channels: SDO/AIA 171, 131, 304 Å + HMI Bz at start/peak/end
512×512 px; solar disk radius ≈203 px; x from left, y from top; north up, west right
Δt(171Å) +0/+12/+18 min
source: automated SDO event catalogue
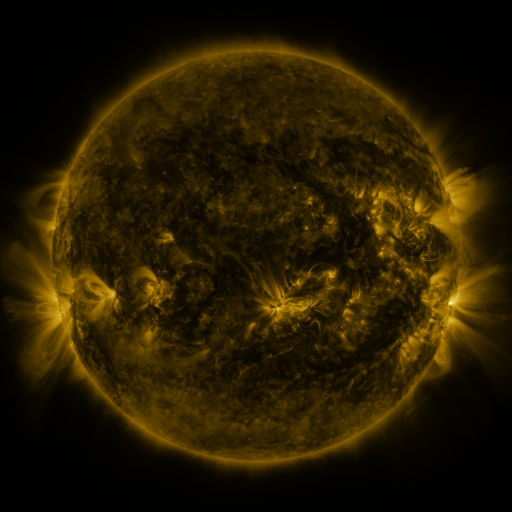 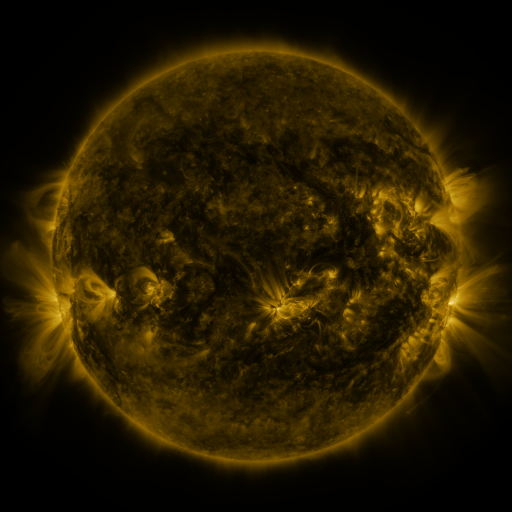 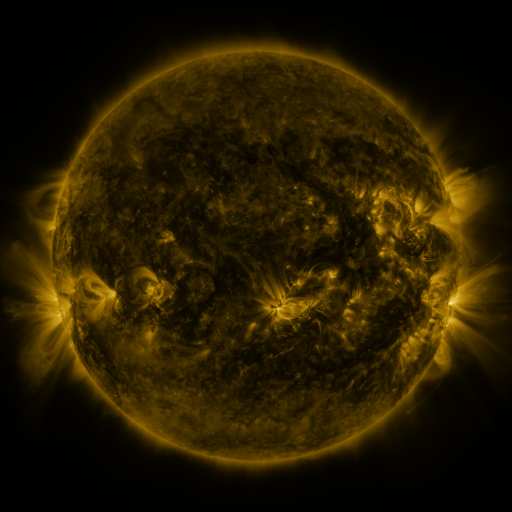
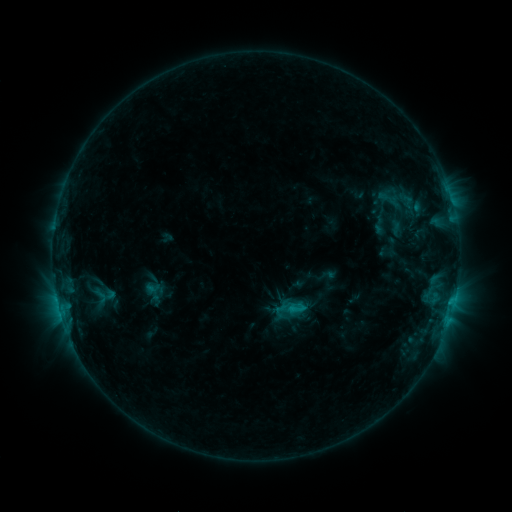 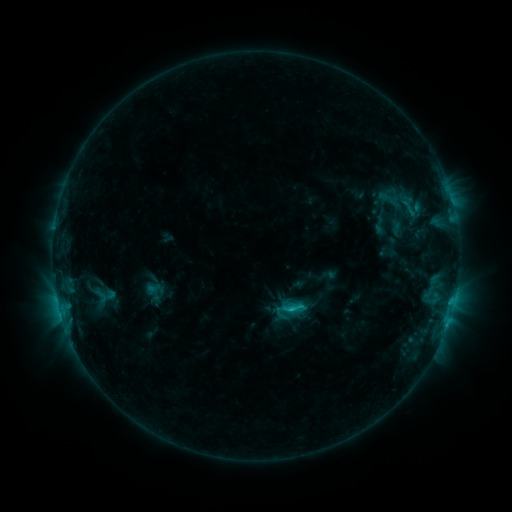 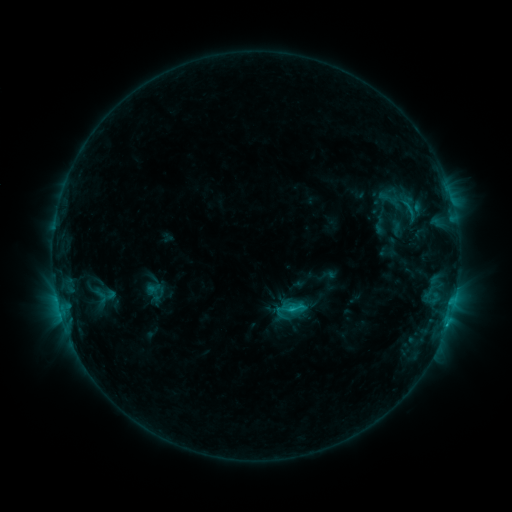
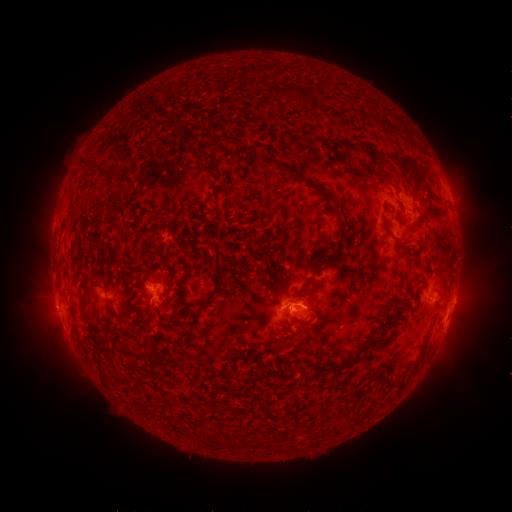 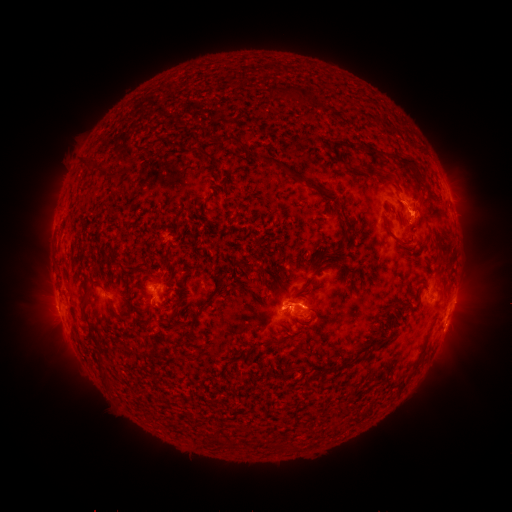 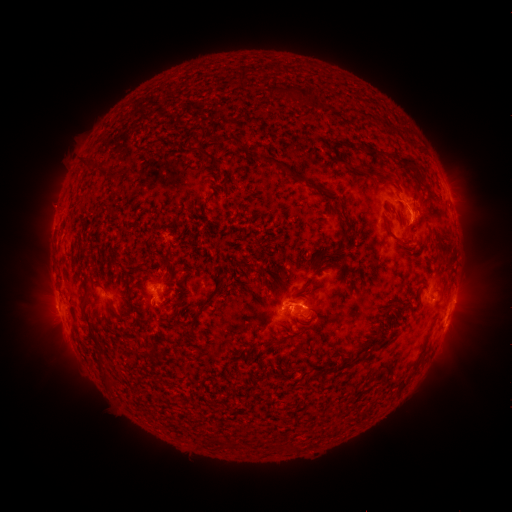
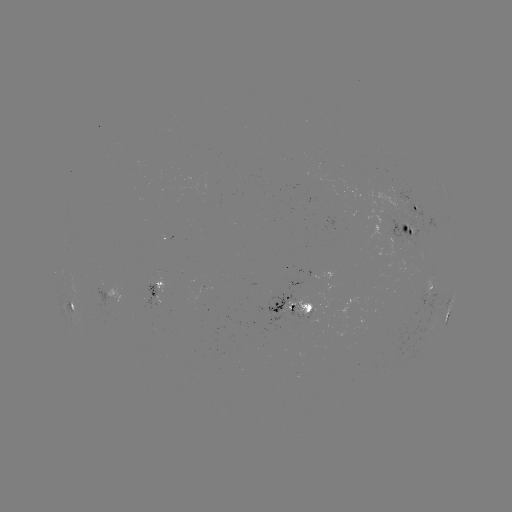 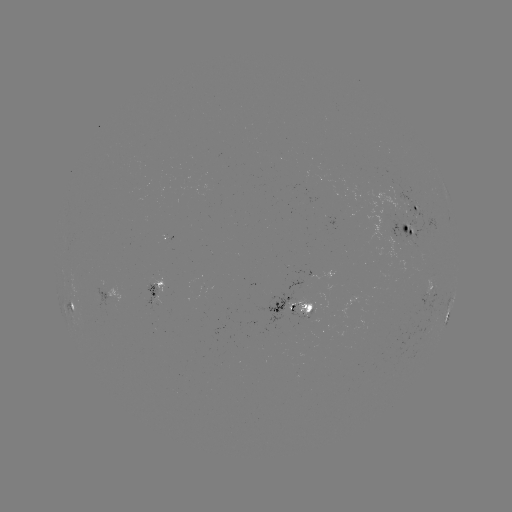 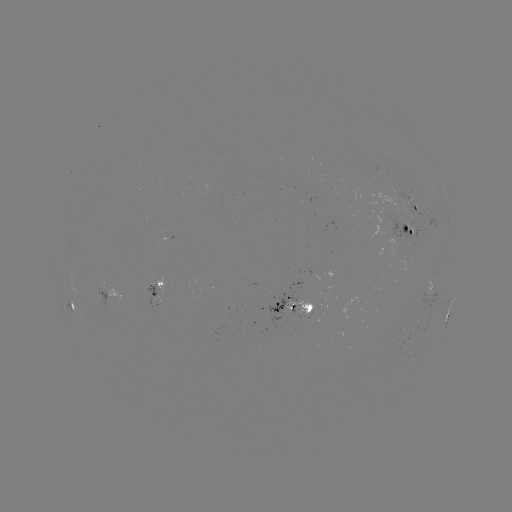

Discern C1.6 flare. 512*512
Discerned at (290, 307).